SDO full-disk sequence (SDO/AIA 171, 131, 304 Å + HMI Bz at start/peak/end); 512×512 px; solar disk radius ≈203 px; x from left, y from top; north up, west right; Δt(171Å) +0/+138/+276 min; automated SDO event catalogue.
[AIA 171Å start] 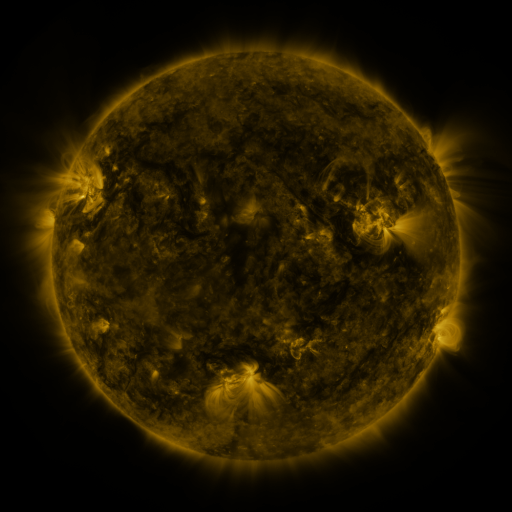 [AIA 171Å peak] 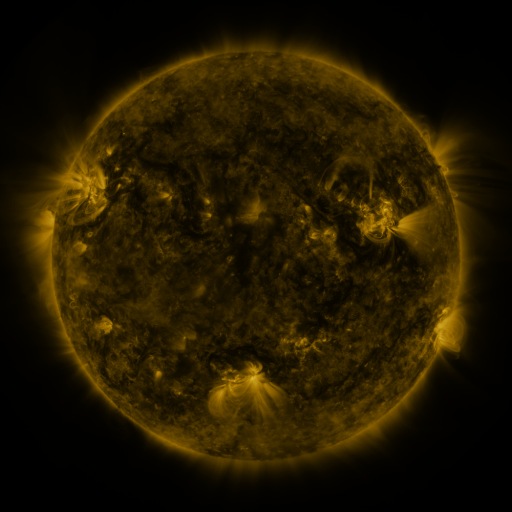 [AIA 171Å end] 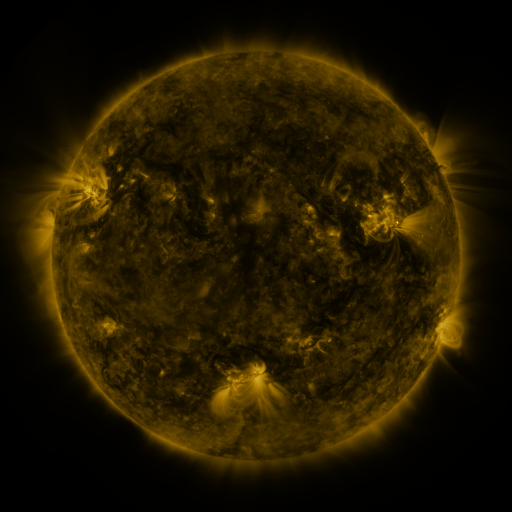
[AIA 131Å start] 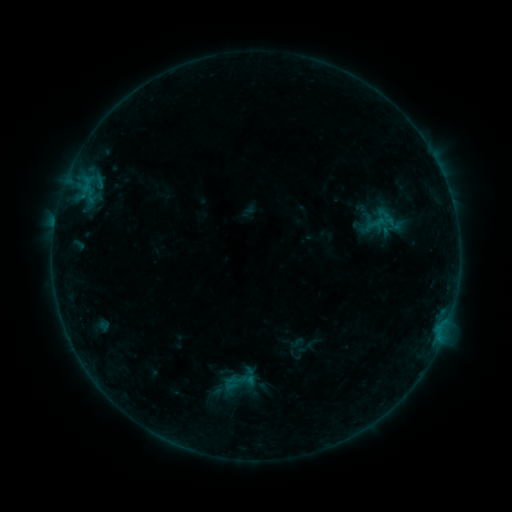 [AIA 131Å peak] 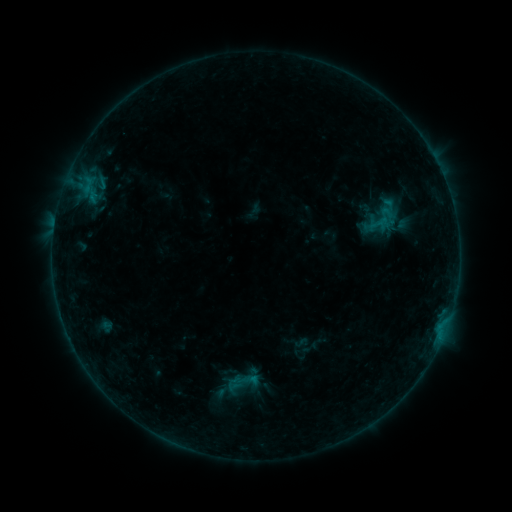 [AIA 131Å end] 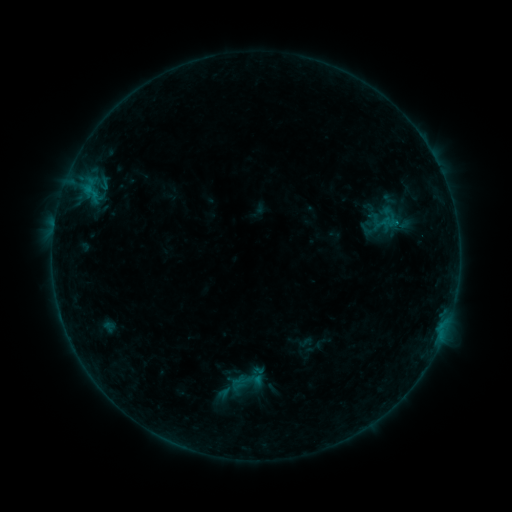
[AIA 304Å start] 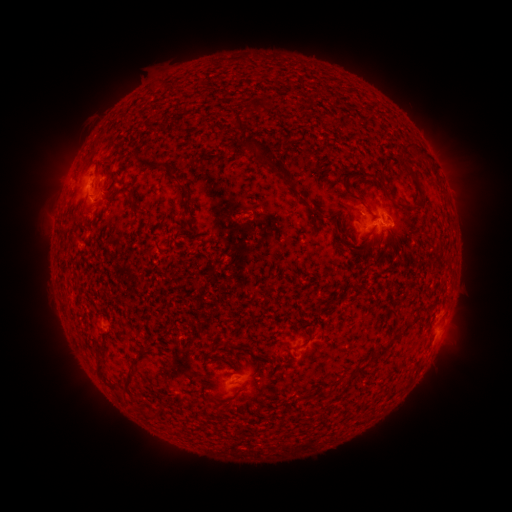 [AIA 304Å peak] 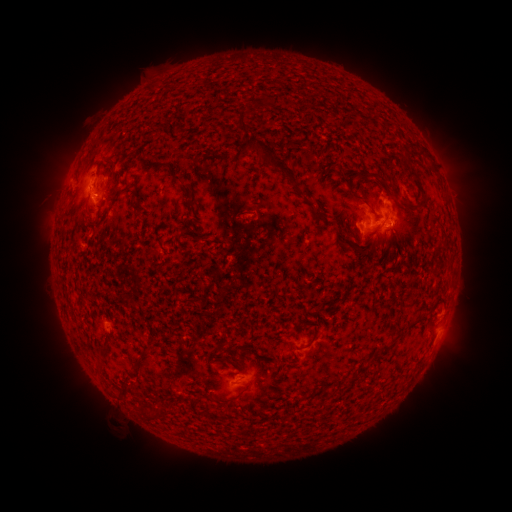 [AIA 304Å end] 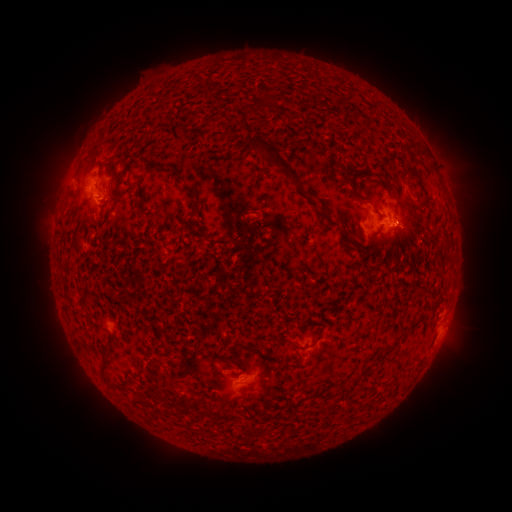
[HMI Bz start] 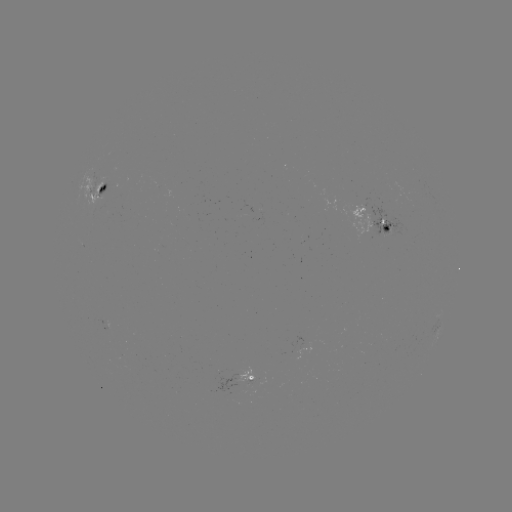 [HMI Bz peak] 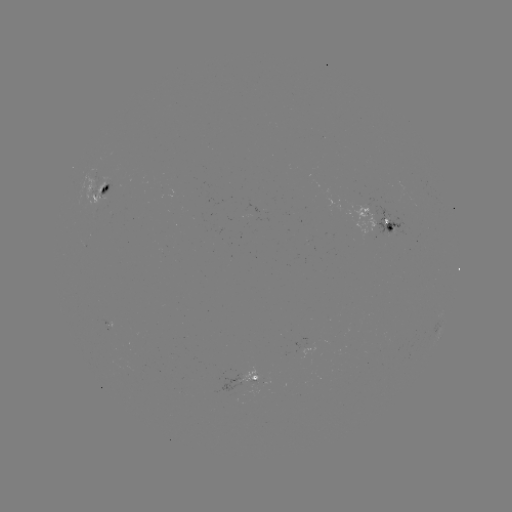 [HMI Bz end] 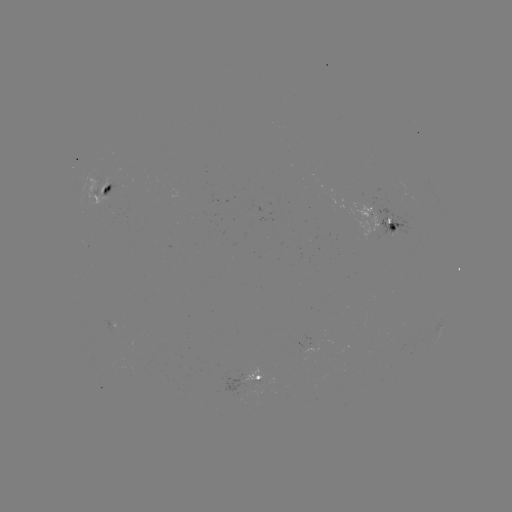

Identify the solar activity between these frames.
filament eruption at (135, 414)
